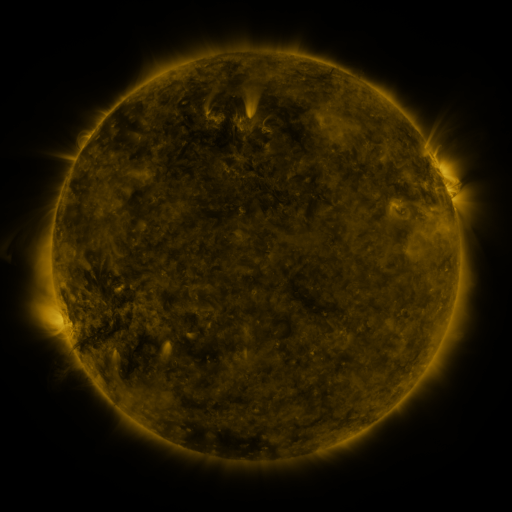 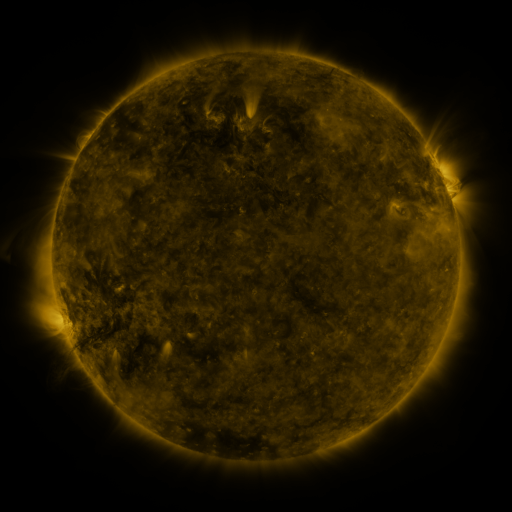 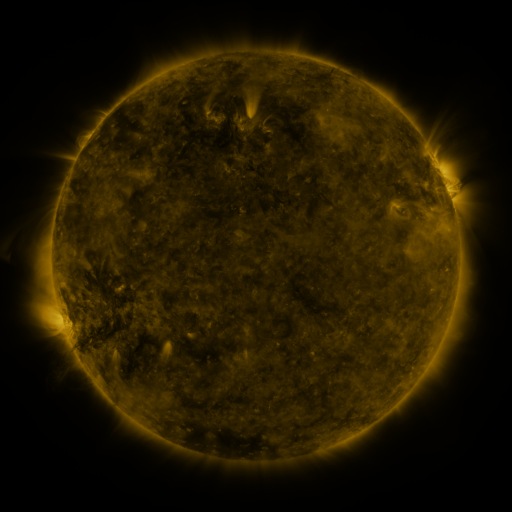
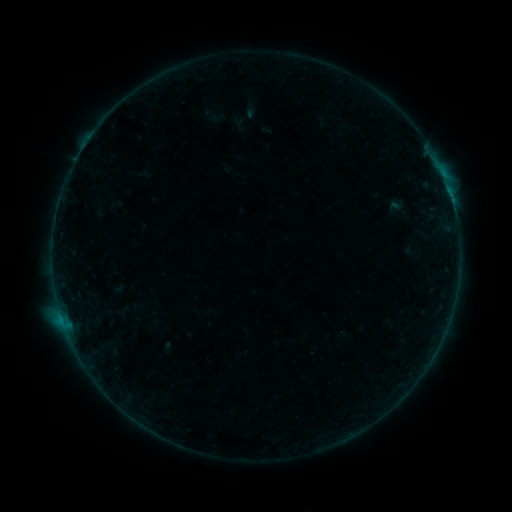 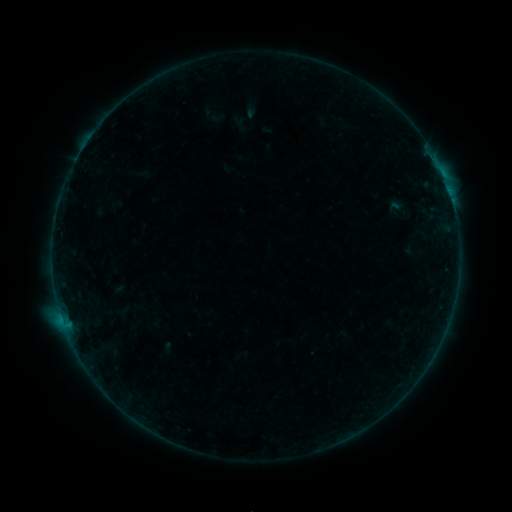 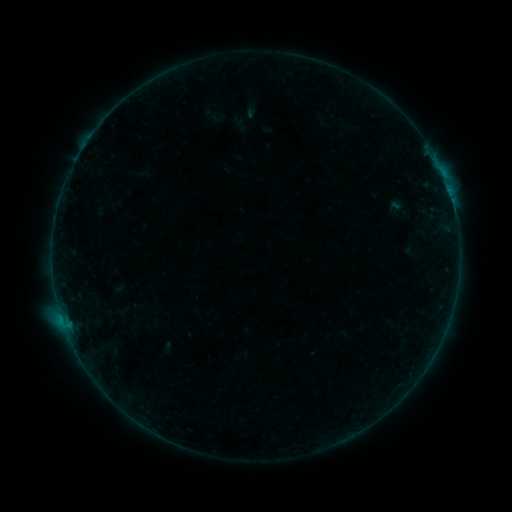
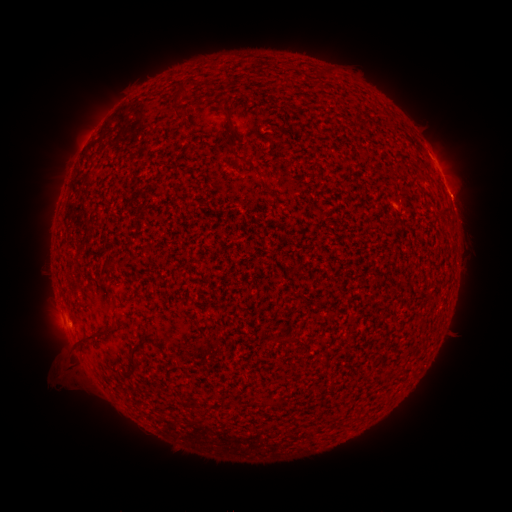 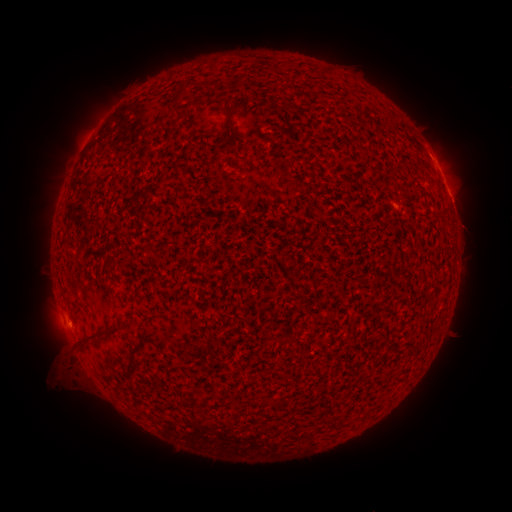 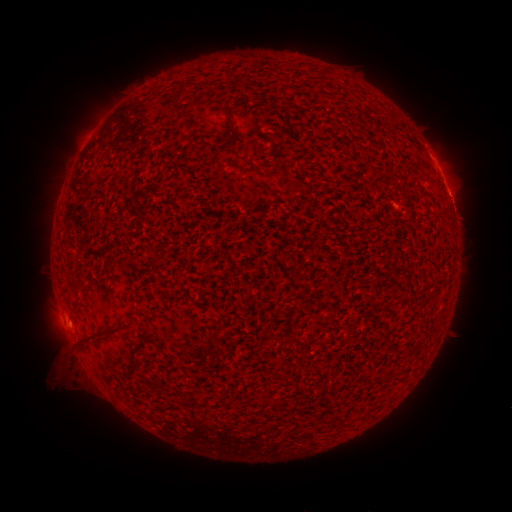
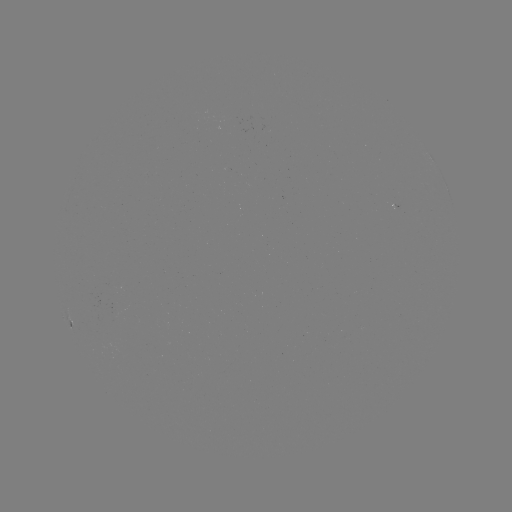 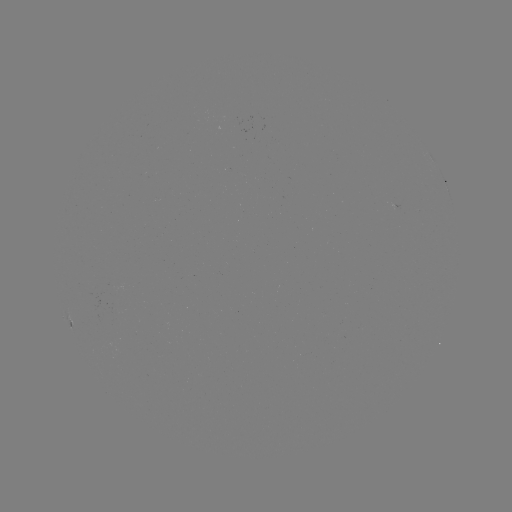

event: eruption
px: (466, 225)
